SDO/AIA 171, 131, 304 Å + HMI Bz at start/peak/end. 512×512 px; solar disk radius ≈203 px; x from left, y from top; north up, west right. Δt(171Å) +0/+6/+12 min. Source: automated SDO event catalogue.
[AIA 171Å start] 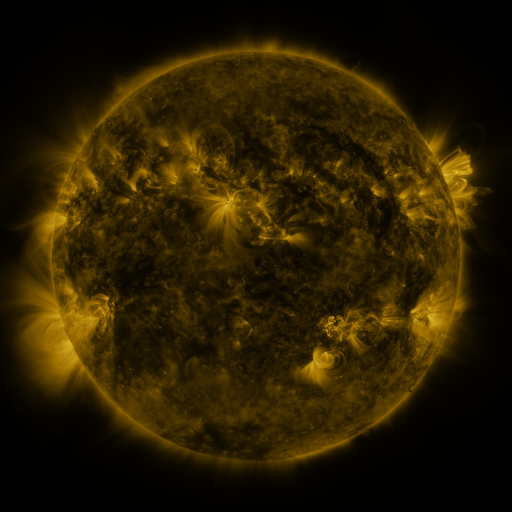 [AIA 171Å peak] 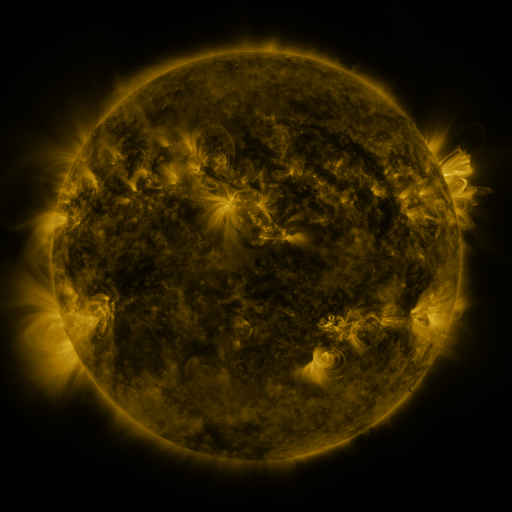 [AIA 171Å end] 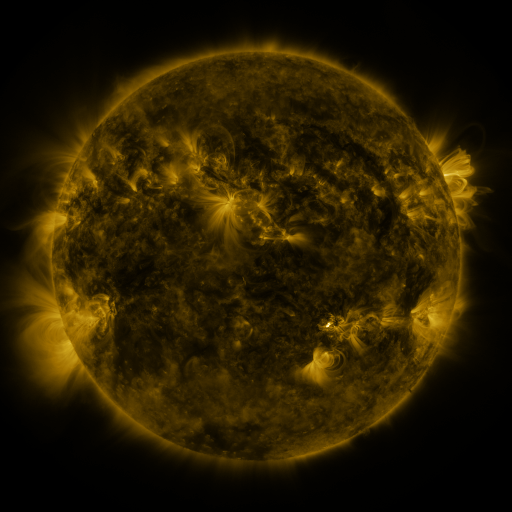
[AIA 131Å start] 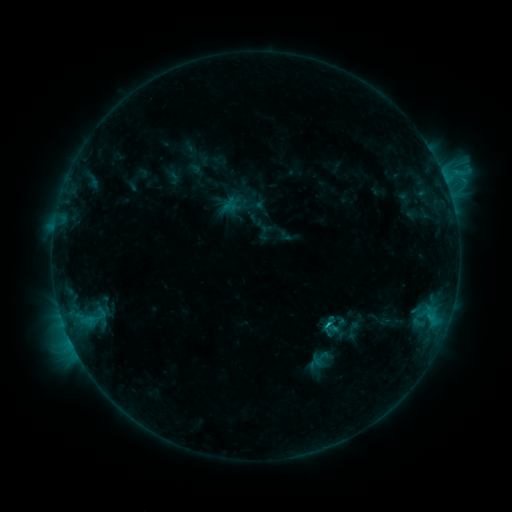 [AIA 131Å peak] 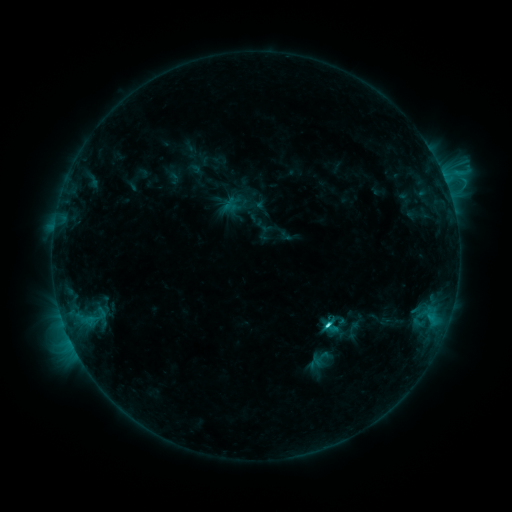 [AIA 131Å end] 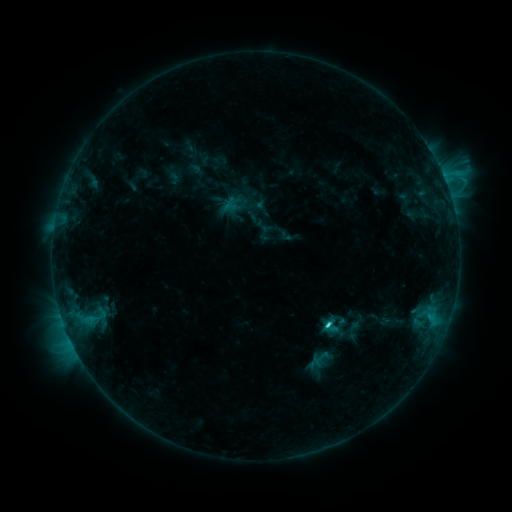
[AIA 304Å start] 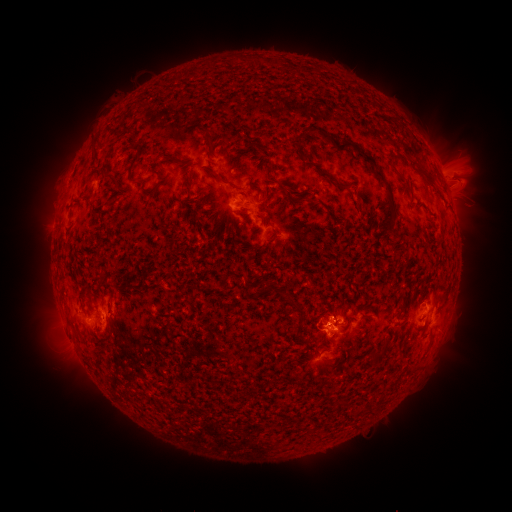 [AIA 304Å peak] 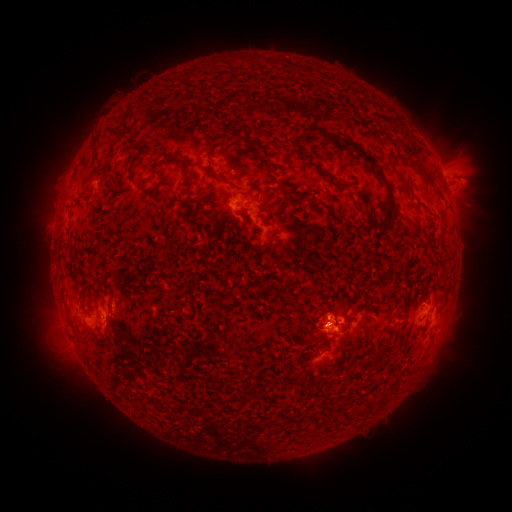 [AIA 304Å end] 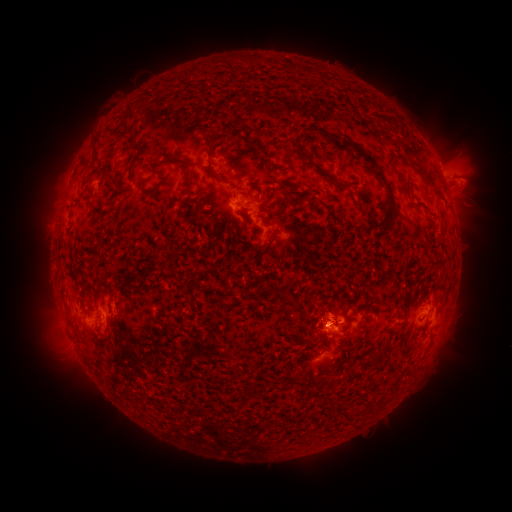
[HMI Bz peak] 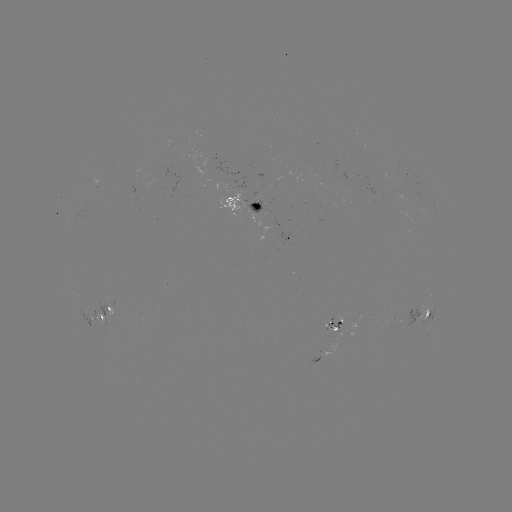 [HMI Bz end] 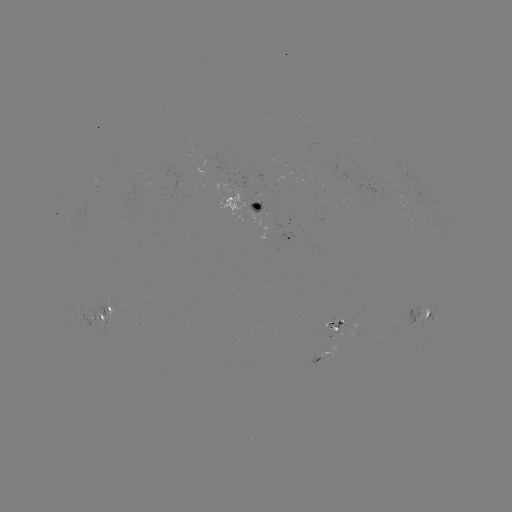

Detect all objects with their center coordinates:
C2.2 flare: (326, 325)
